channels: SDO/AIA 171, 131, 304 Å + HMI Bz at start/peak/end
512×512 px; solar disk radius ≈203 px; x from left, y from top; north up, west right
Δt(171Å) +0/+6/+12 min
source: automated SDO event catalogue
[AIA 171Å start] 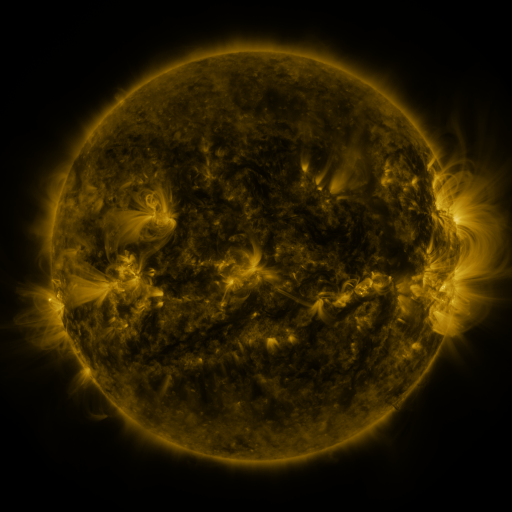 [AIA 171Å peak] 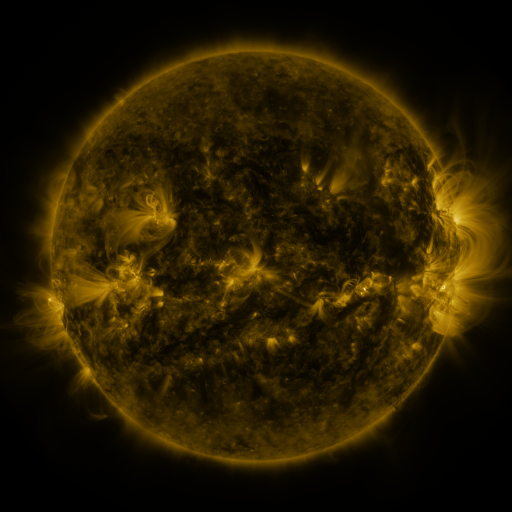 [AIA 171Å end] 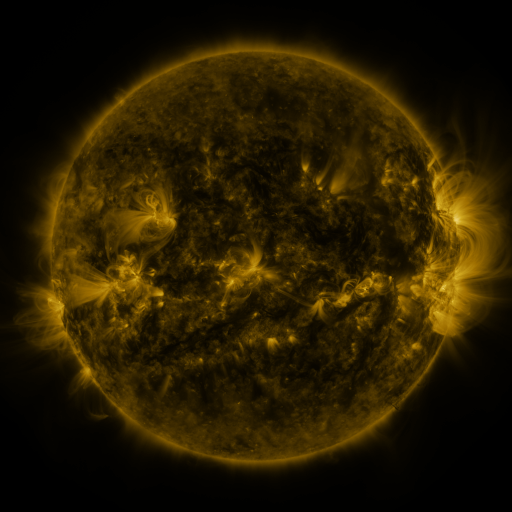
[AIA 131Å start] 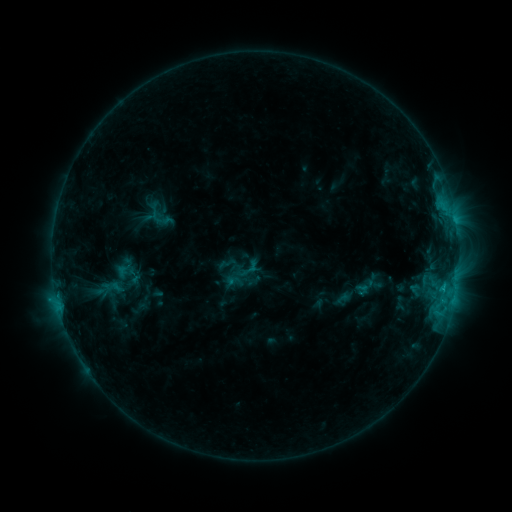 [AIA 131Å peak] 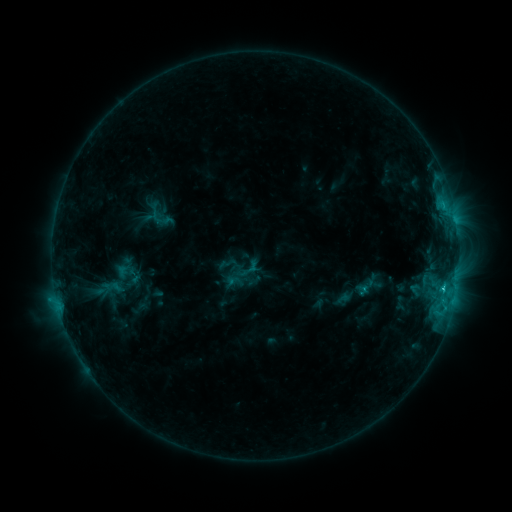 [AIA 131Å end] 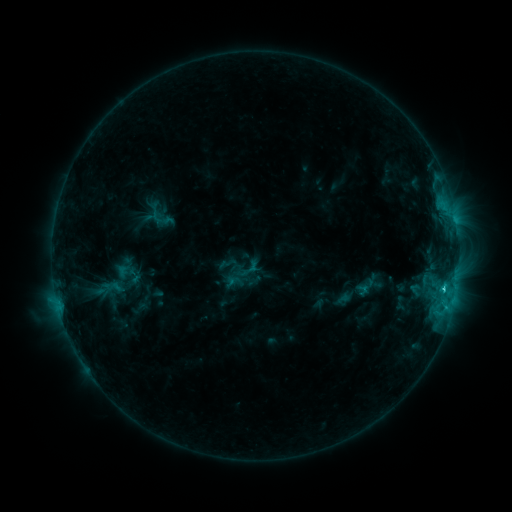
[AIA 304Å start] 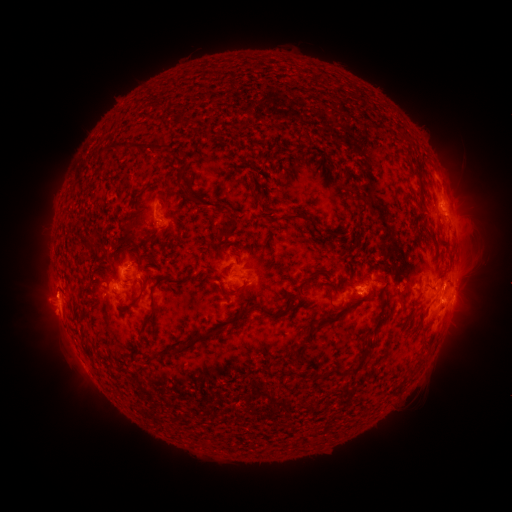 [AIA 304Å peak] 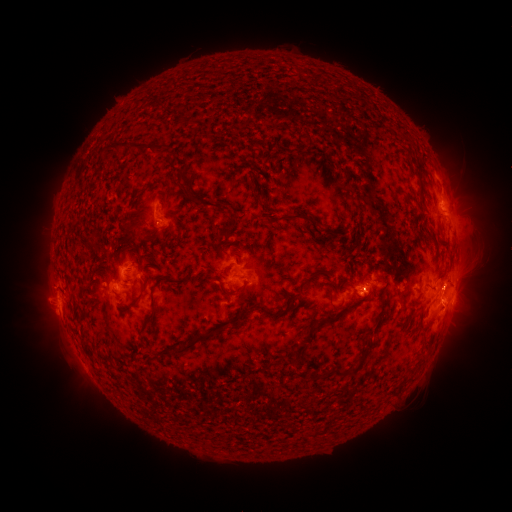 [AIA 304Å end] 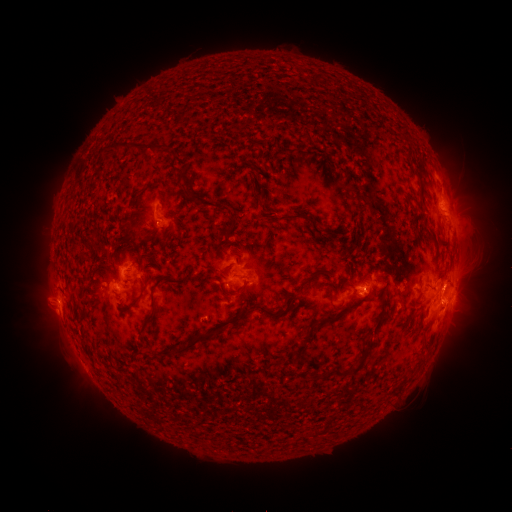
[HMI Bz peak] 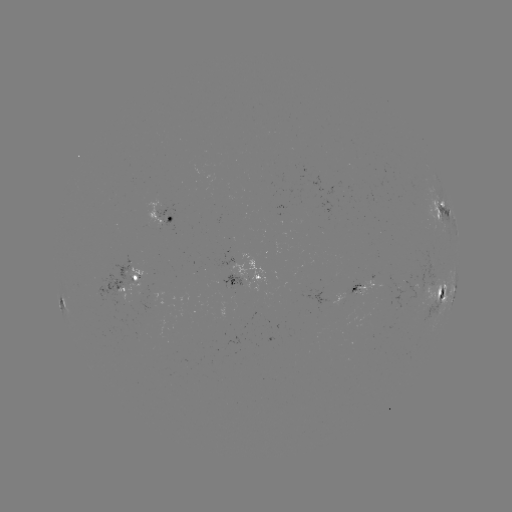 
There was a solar flare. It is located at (442, 286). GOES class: C2.0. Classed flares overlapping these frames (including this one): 1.